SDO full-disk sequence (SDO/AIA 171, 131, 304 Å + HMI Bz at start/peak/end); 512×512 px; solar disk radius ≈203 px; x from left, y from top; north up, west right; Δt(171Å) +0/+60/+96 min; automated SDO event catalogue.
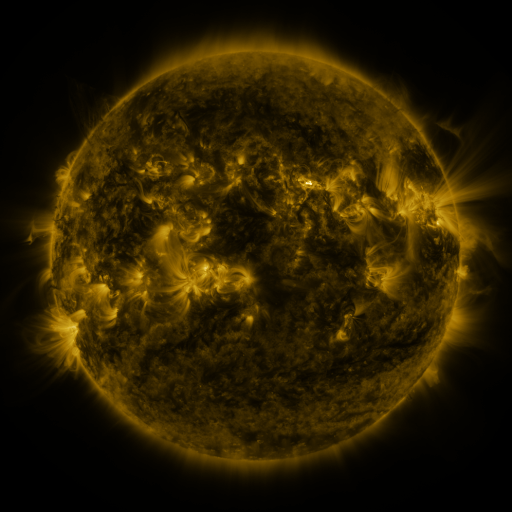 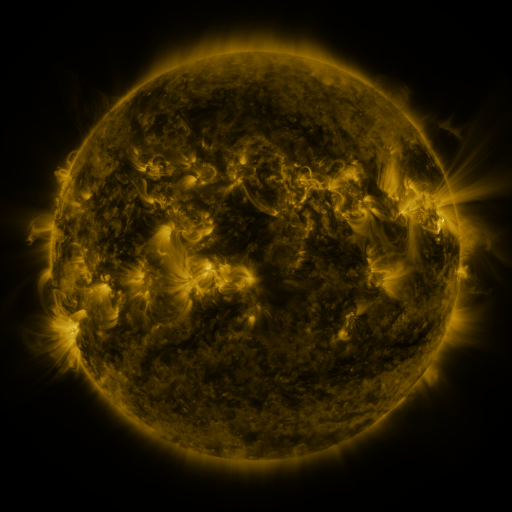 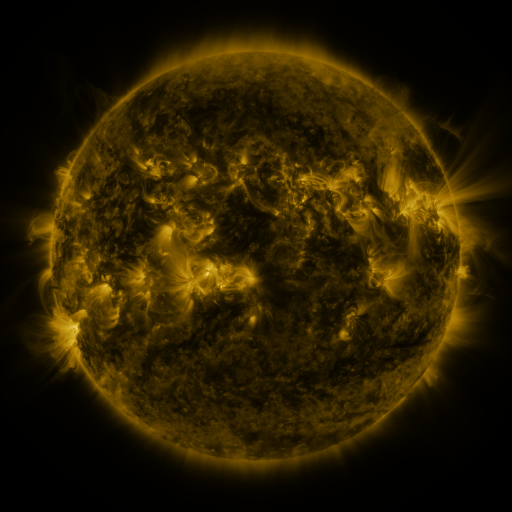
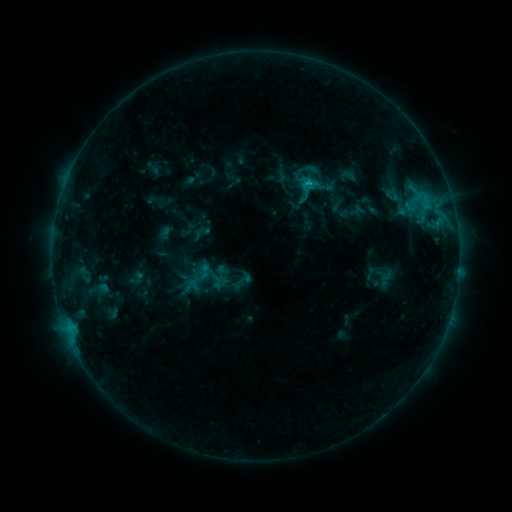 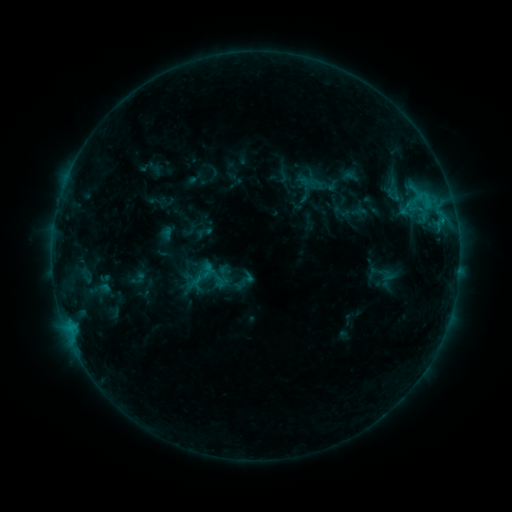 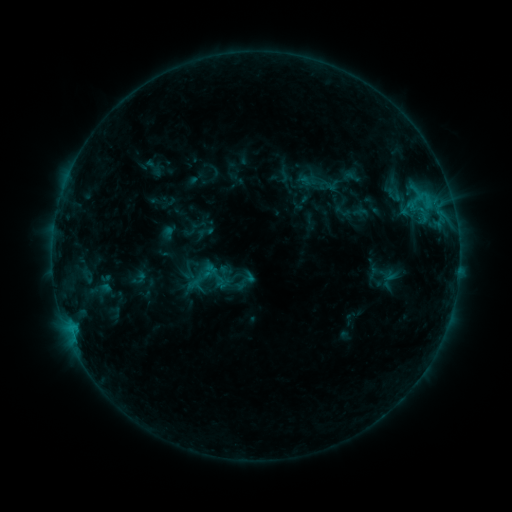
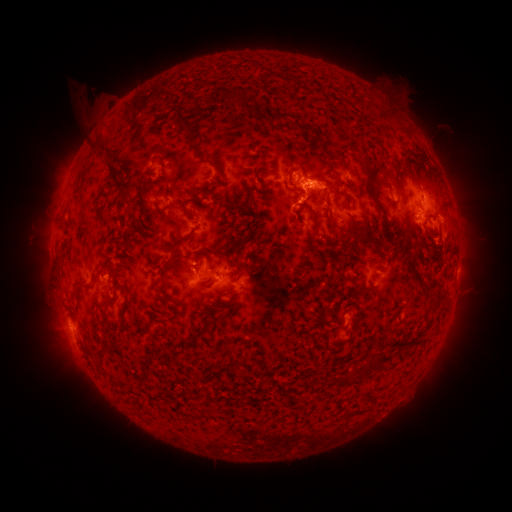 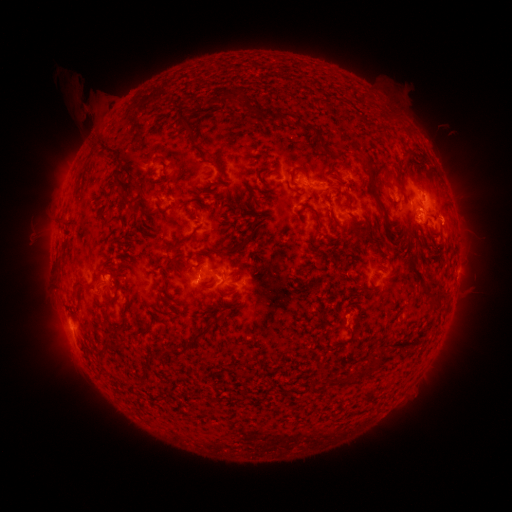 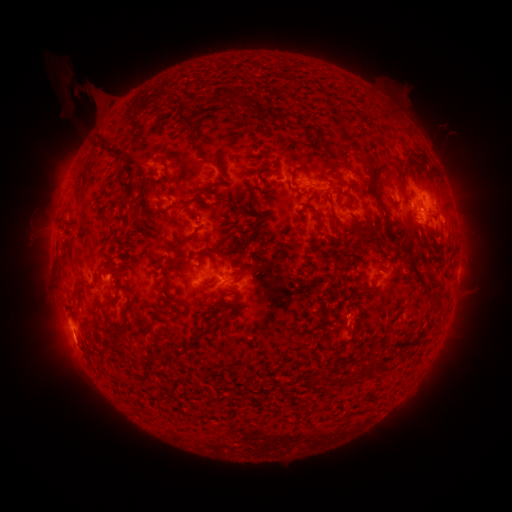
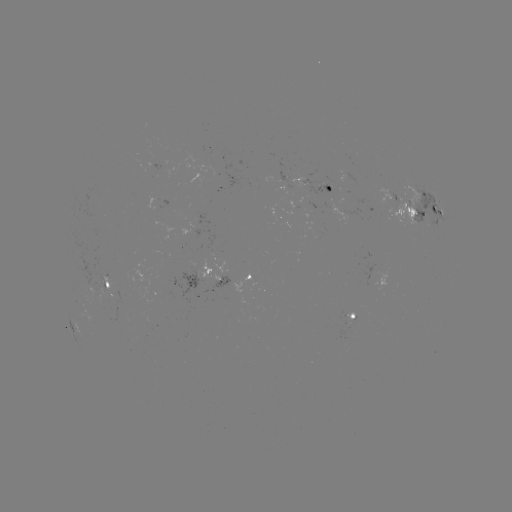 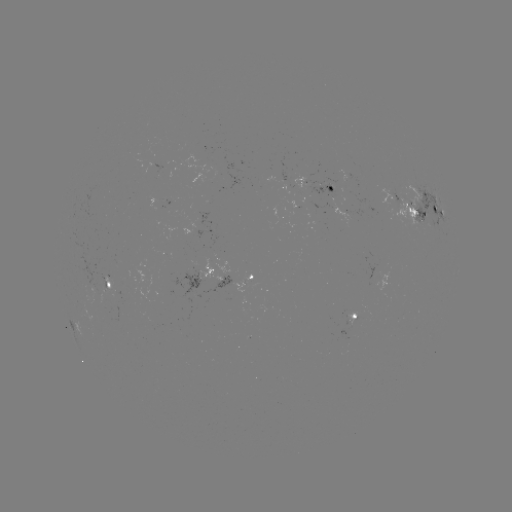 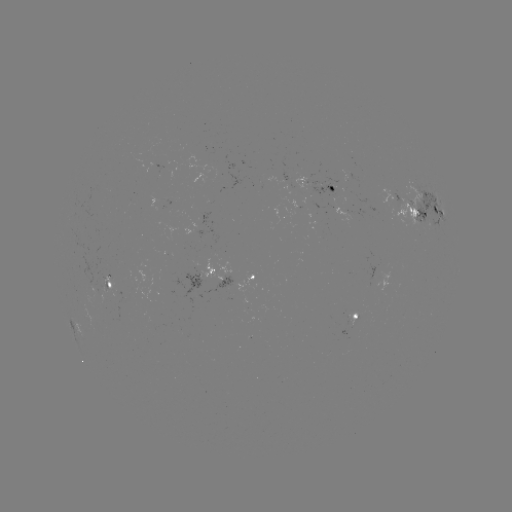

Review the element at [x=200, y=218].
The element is emerging-flux region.